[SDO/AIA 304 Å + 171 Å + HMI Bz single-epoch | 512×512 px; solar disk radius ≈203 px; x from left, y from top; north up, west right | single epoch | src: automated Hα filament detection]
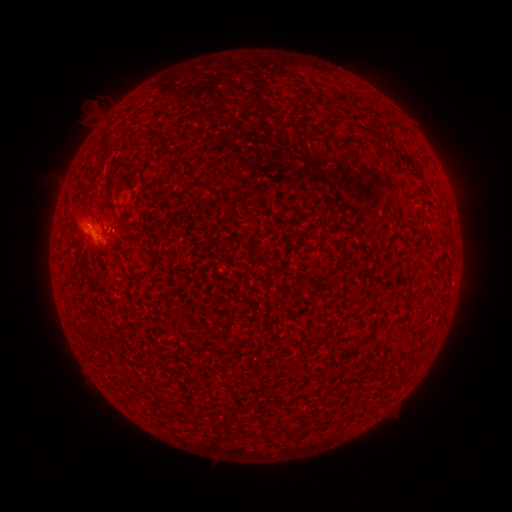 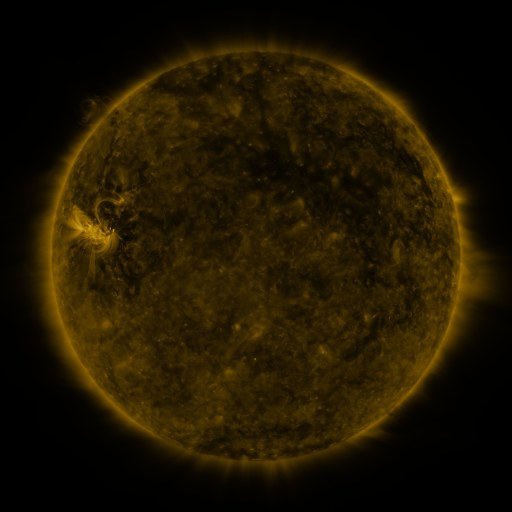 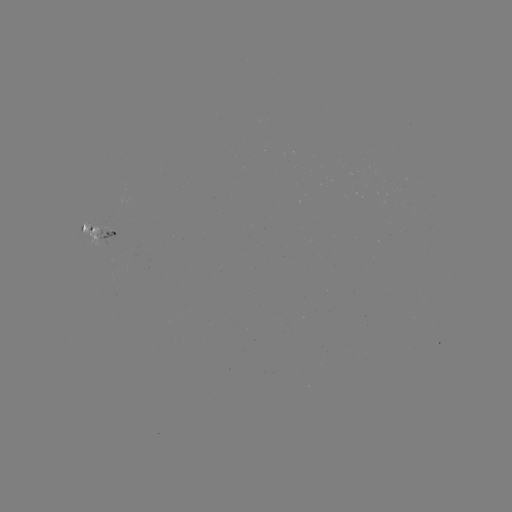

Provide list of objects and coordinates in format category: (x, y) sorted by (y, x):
filament: (195, 106)
filament: (370, 133)
filament: (334, 139)
filament: (333, 284)
filament: (292, 433)
